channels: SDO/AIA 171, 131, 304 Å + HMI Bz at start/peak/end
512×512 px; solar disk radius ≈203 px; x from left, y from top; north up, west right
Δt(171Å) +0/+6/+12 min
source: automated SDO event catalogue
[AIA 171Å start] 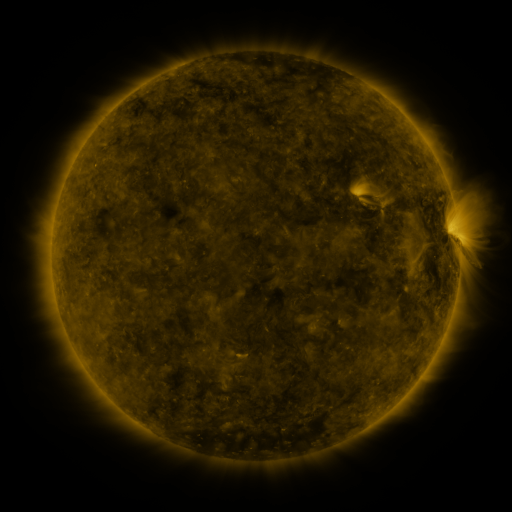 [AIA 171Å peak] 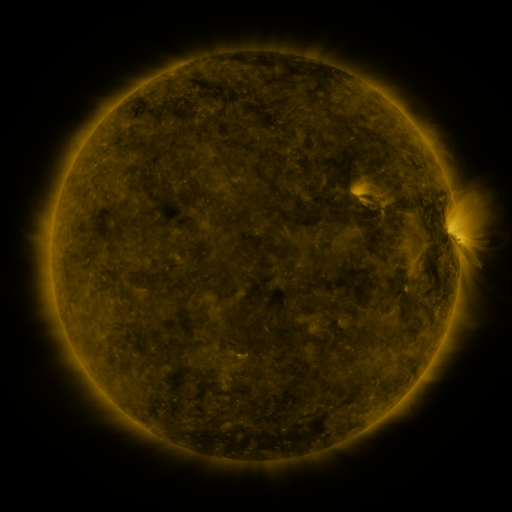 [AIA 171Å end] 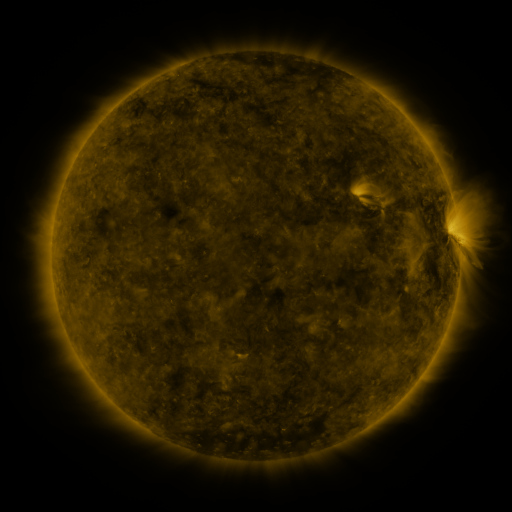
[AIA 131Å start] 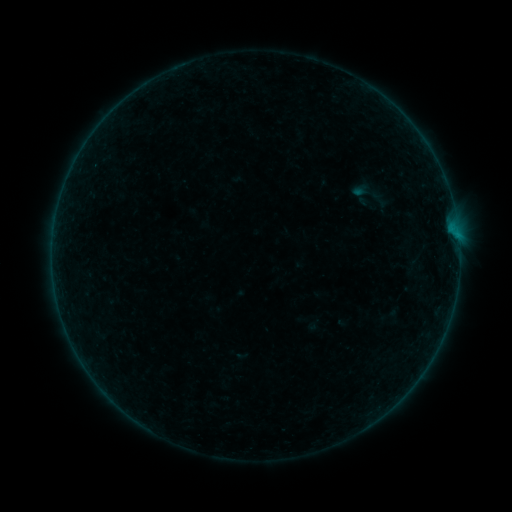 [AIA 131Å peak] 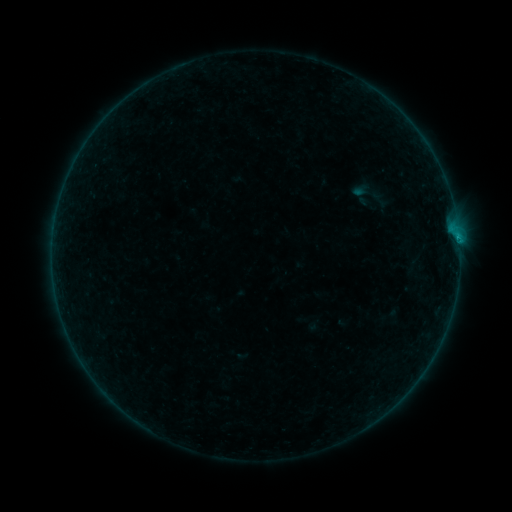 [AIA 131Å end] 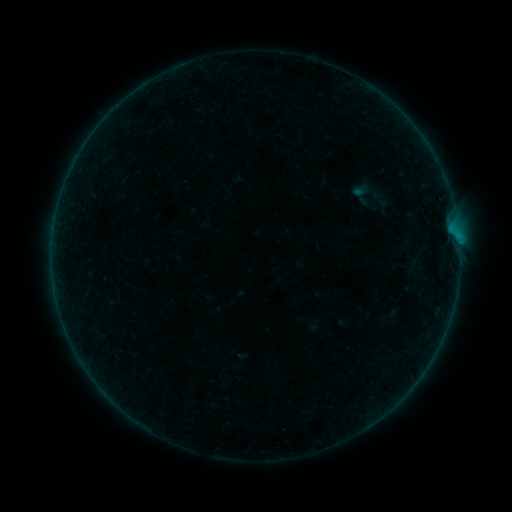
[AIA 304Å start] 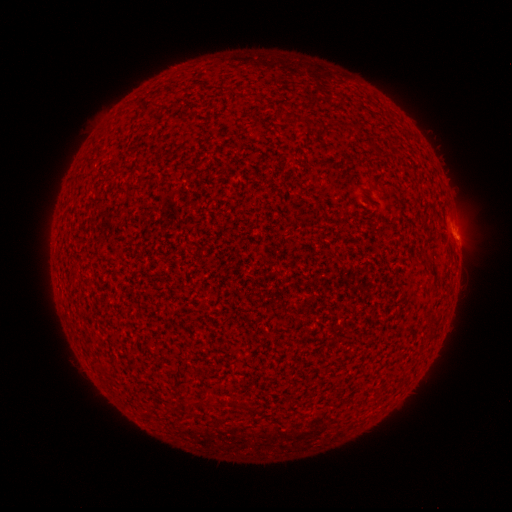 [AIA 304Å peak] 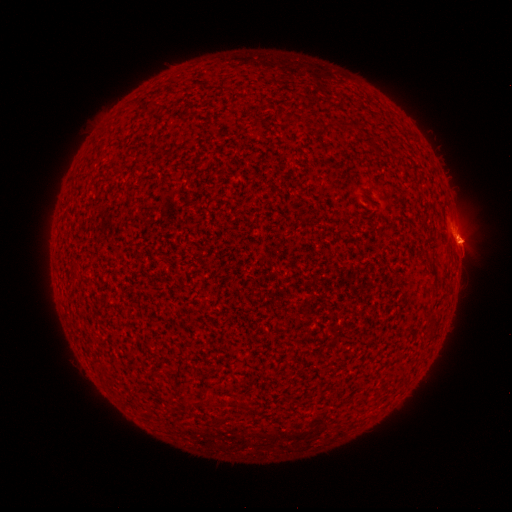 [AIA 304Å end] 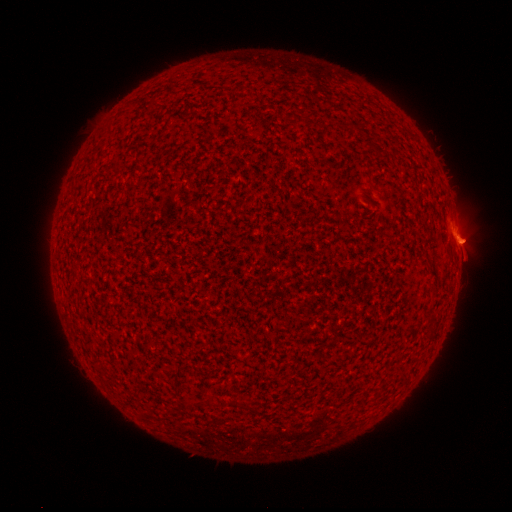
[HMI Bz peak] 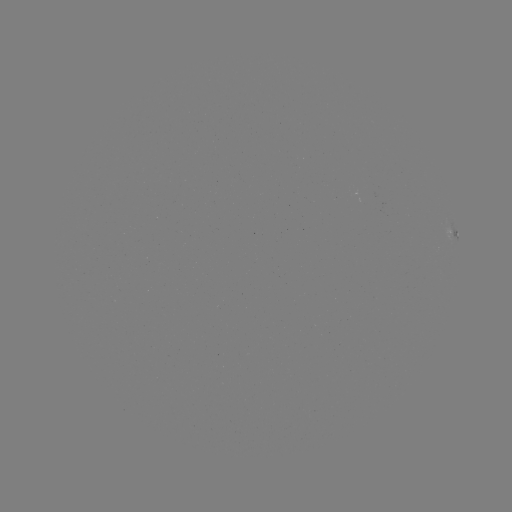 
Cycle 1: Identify eruption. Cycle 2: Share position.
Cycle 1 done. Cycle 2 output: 463,242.